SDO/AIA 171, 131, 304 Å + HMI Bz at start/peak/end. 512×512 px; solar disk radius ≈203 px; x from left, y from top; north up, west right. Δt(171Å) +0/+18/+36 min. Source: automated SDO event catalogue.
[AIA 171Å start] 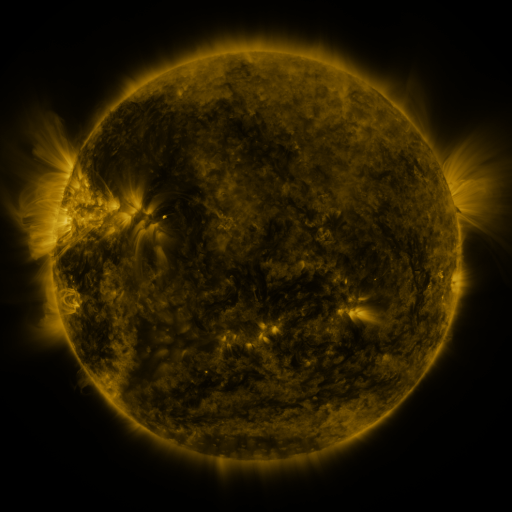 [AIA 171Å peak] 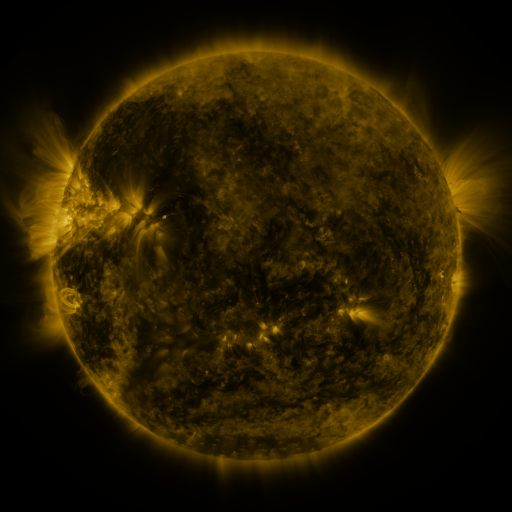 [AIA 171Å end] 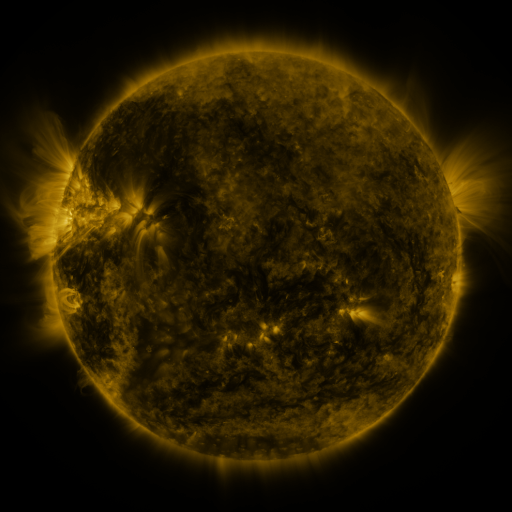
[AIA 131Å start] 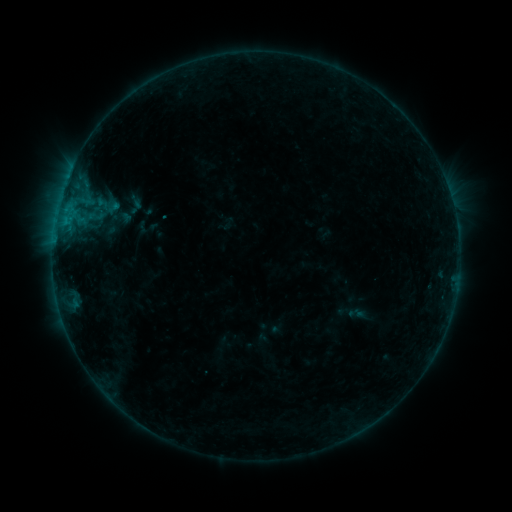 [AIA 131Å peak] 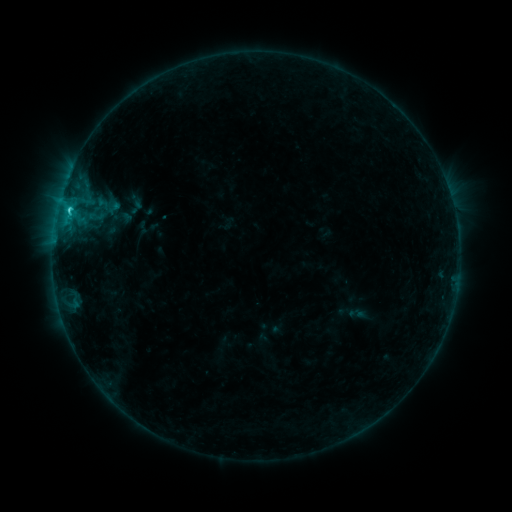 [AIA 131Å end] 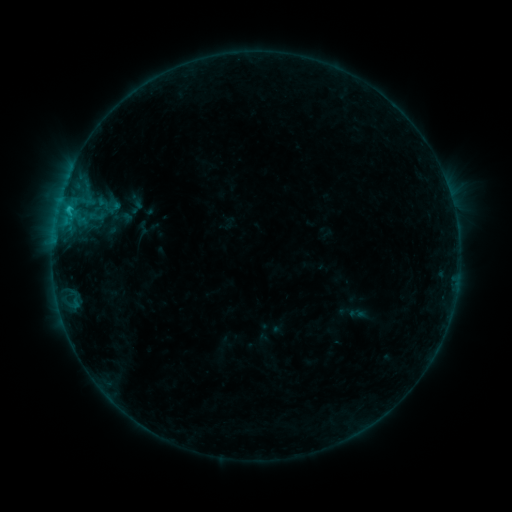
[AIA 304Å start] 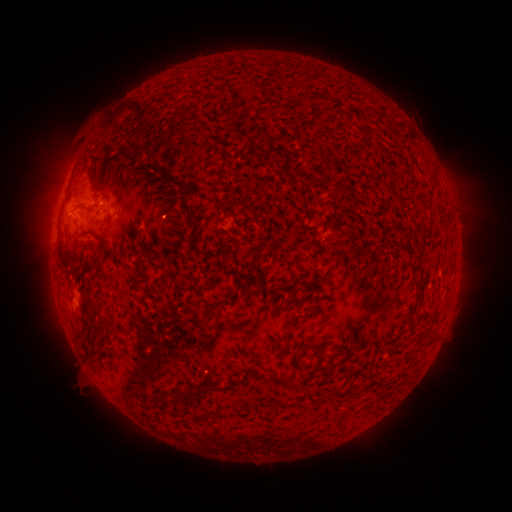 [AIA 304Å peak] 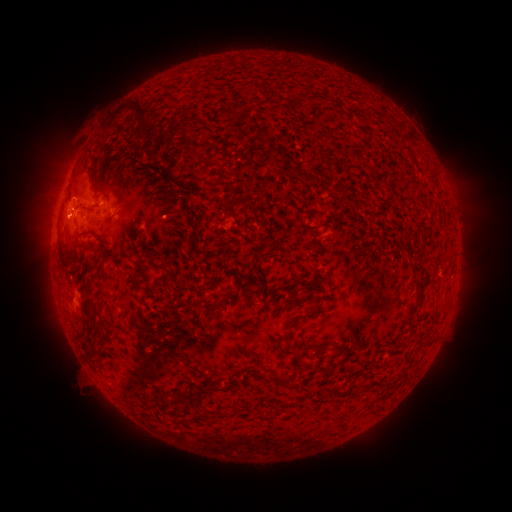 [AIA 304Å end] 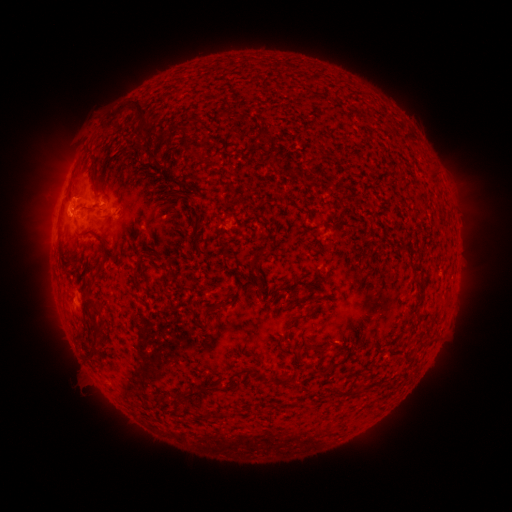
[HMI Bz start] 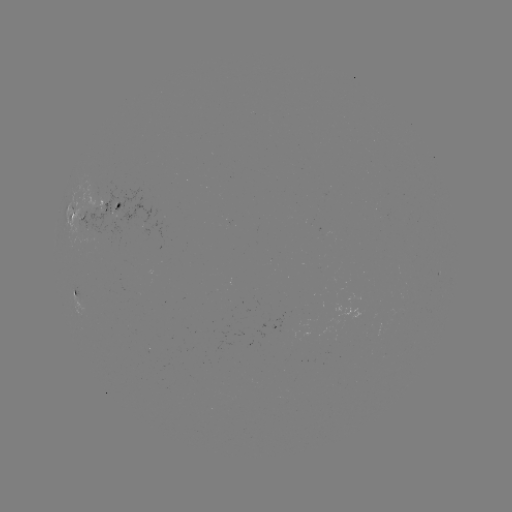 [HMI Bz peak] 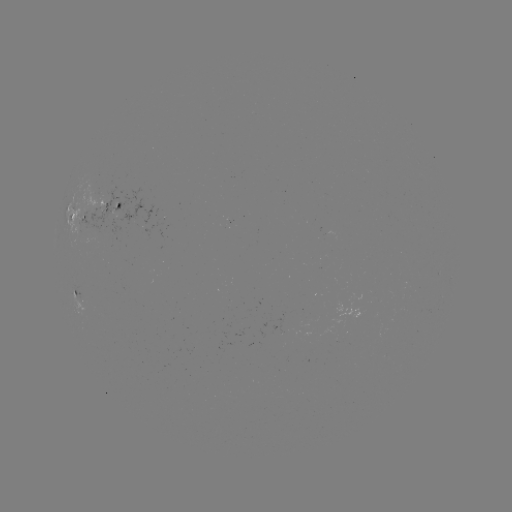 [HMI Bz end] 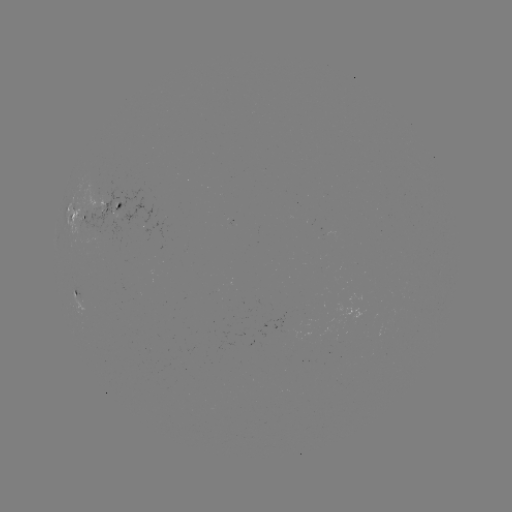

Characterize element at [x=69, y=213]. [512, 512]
C1.4 flare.